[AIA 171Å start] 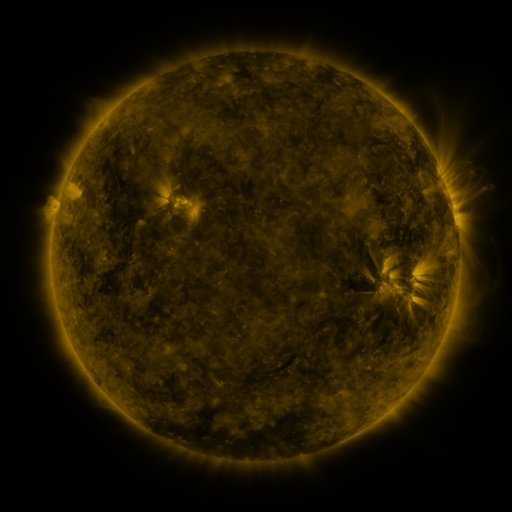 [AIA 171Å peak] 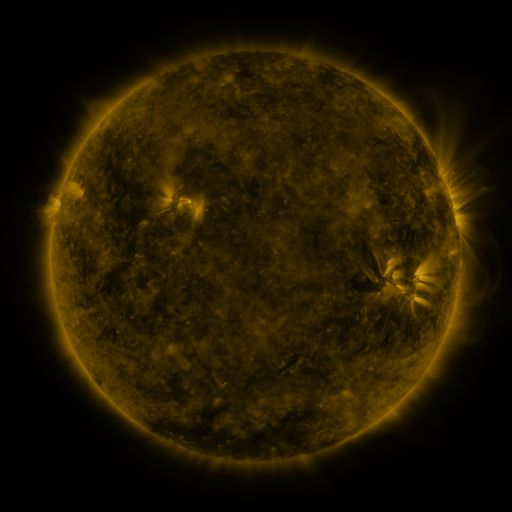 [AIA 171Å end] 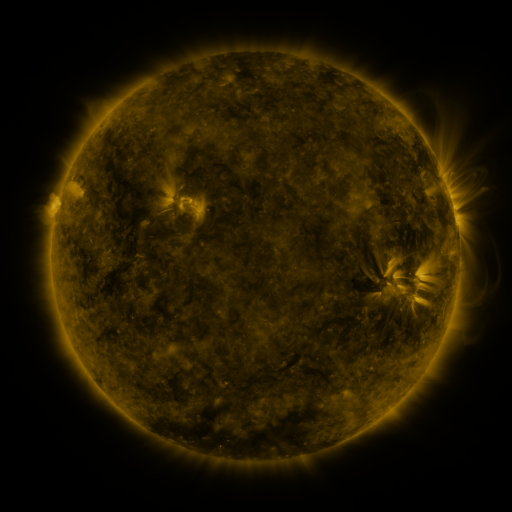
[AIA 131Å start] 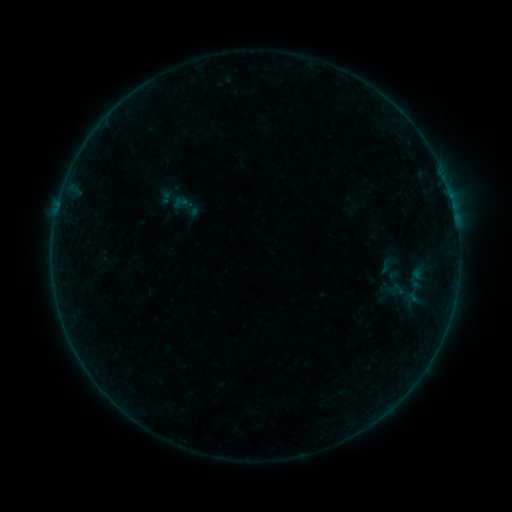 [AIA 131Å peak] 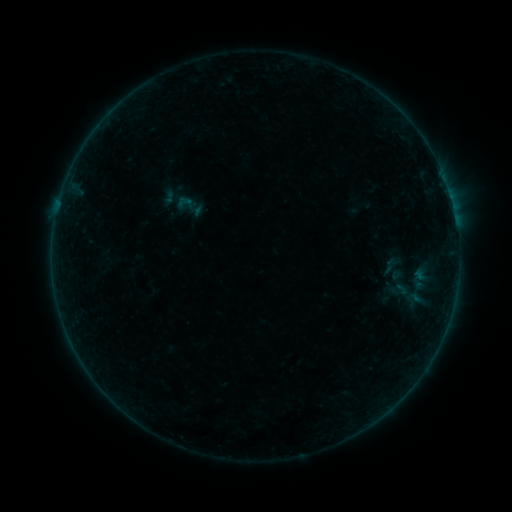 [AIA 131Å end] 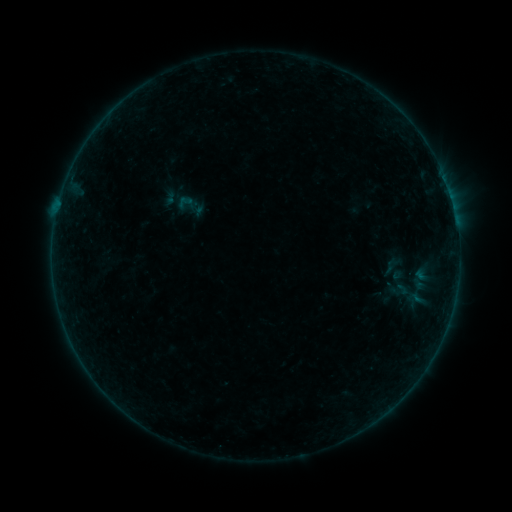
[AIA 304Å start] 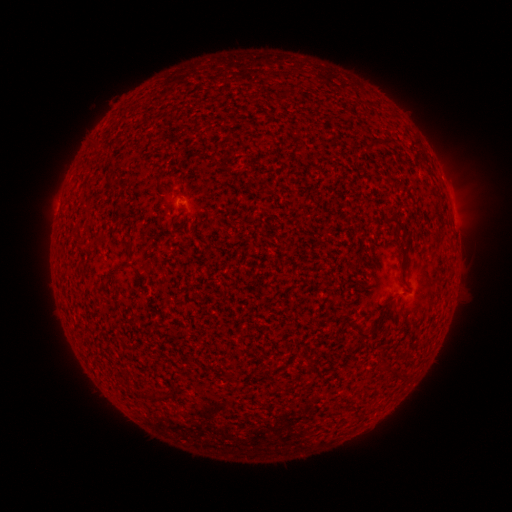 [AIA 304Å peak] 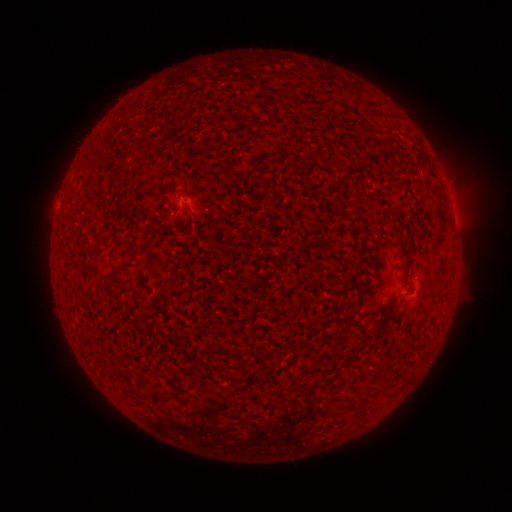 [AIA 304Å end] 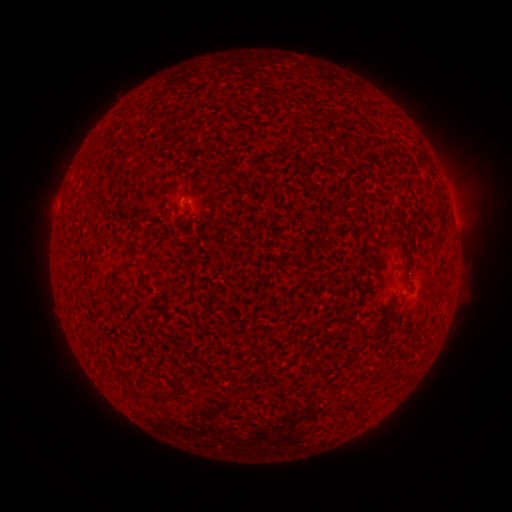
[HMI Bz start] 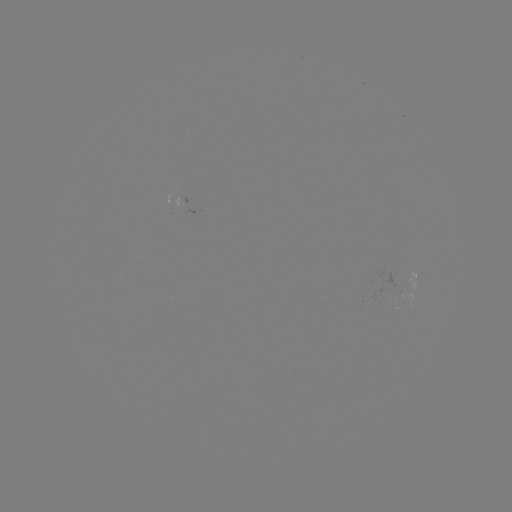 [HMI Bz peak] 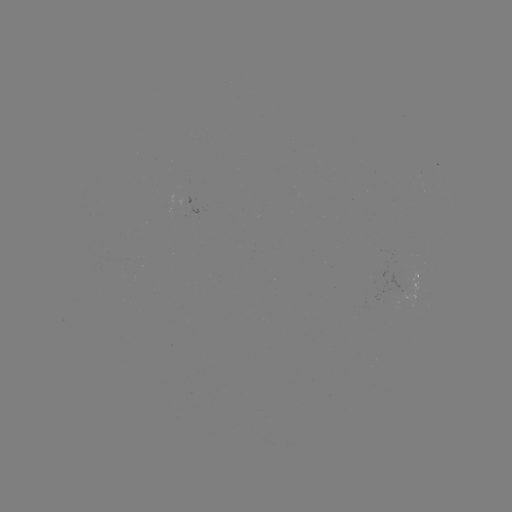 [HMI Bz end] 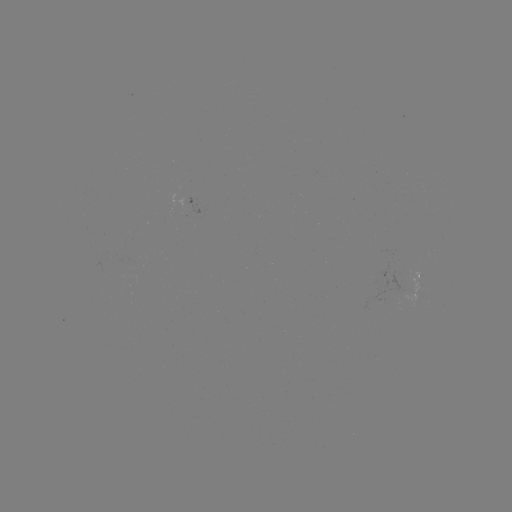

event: emerging-flux region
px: (408, 289)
